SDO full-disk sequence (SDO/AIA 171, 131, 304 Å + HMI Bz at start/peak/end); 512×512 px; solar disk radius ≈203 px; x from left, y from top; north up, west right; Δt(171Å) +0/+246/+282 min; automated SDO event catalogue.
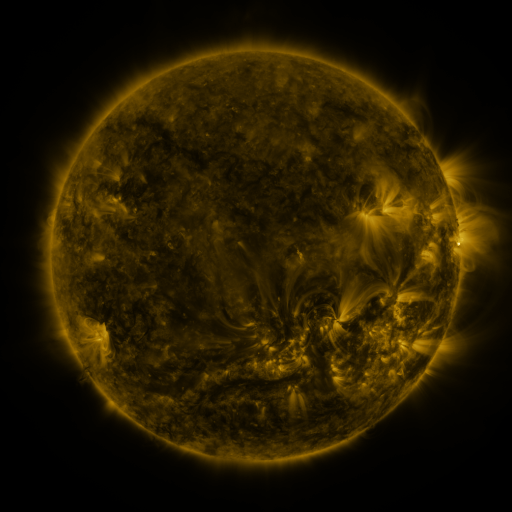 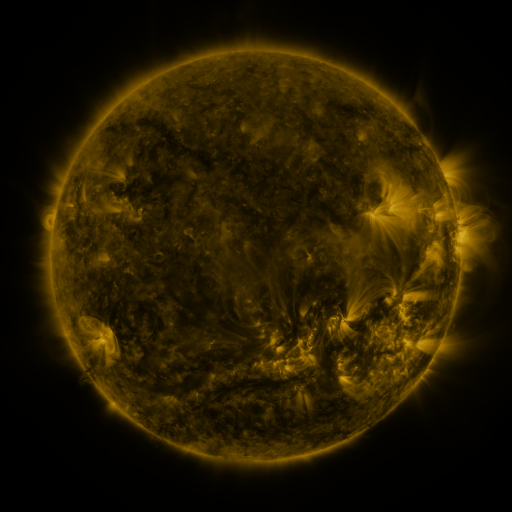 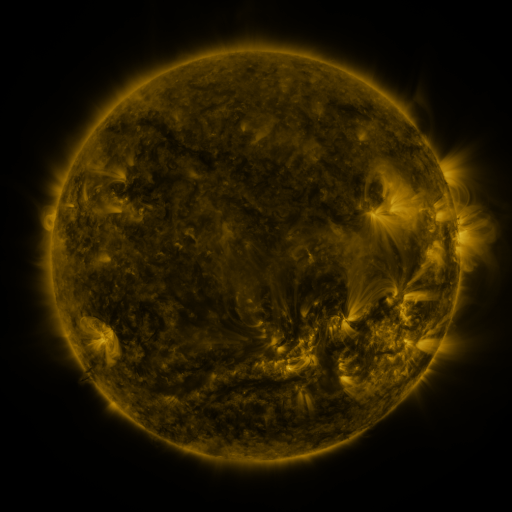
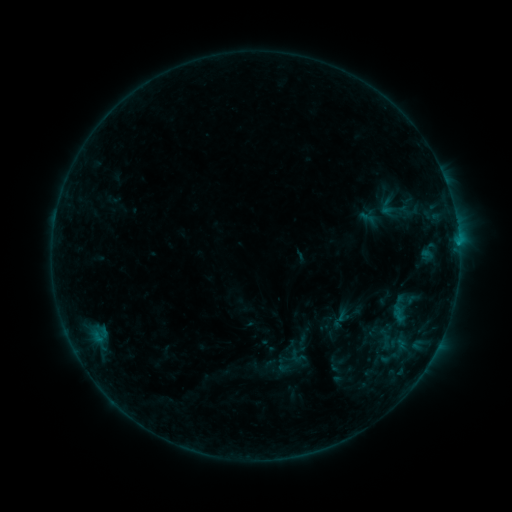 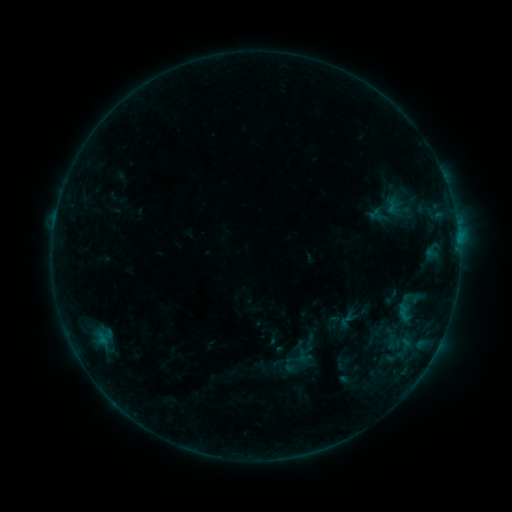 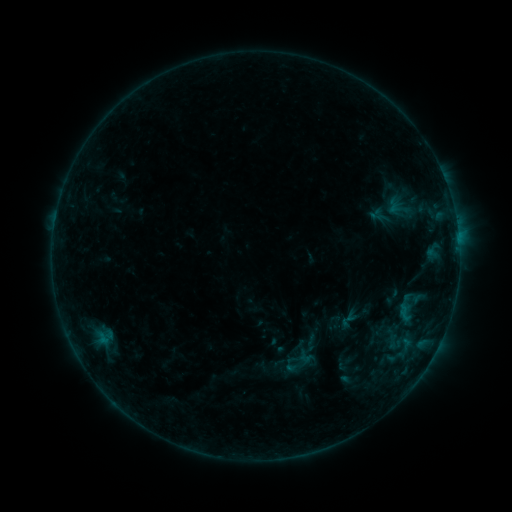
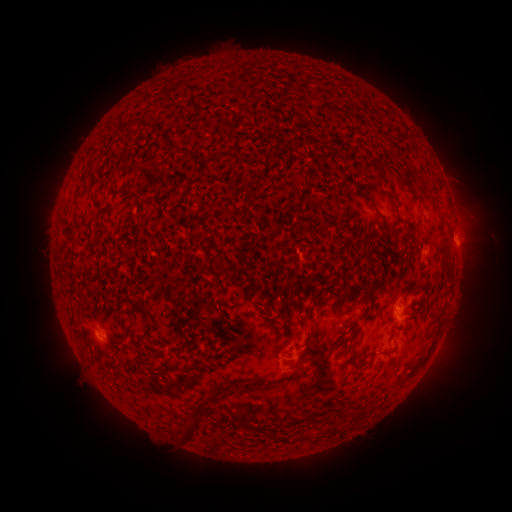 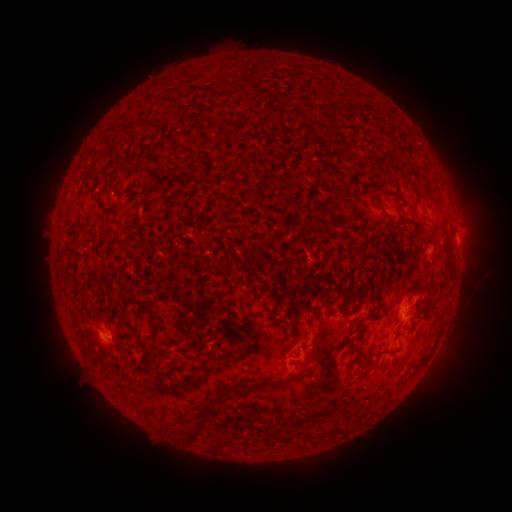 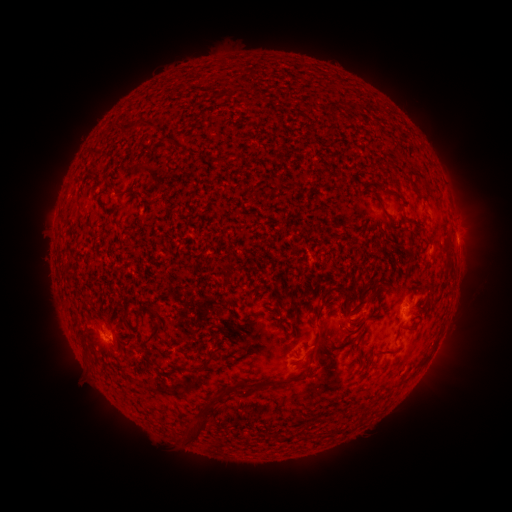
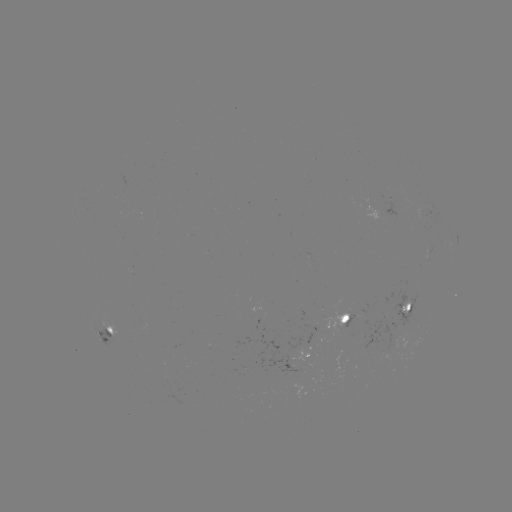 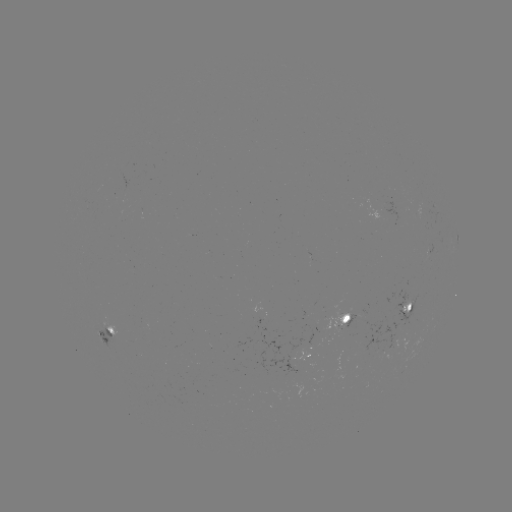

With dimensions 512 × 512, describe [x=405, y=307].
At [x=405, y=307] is emerging-flux region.